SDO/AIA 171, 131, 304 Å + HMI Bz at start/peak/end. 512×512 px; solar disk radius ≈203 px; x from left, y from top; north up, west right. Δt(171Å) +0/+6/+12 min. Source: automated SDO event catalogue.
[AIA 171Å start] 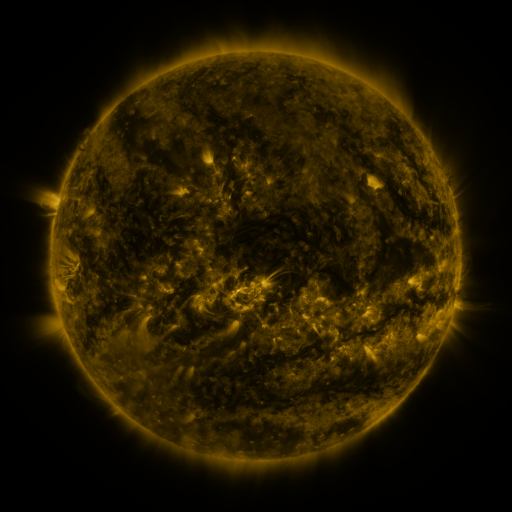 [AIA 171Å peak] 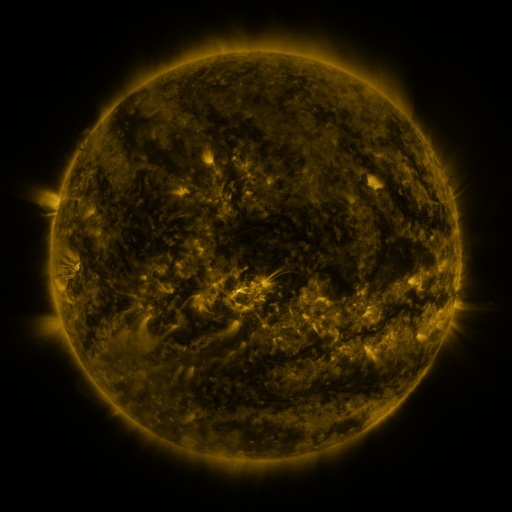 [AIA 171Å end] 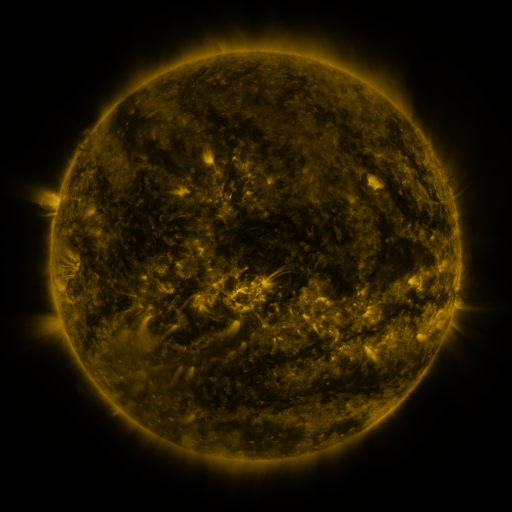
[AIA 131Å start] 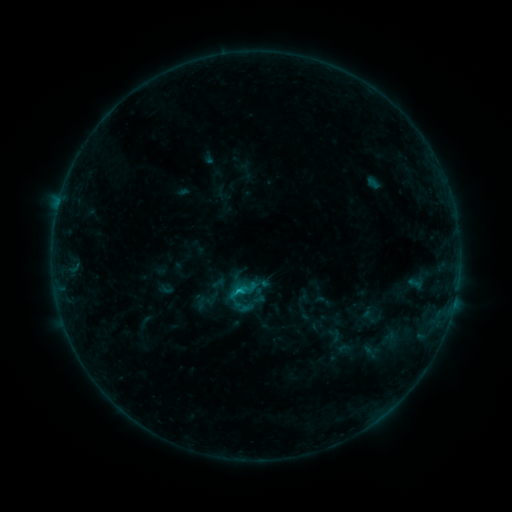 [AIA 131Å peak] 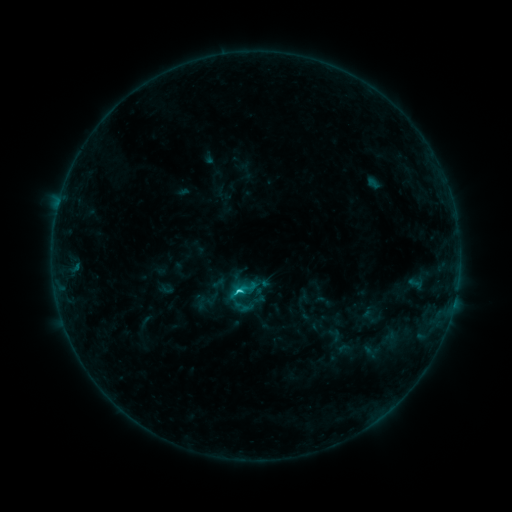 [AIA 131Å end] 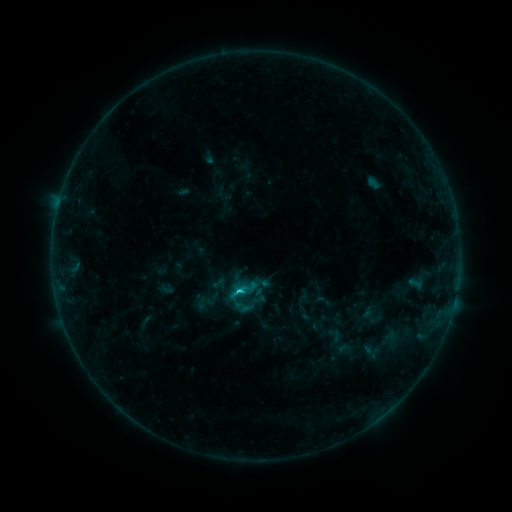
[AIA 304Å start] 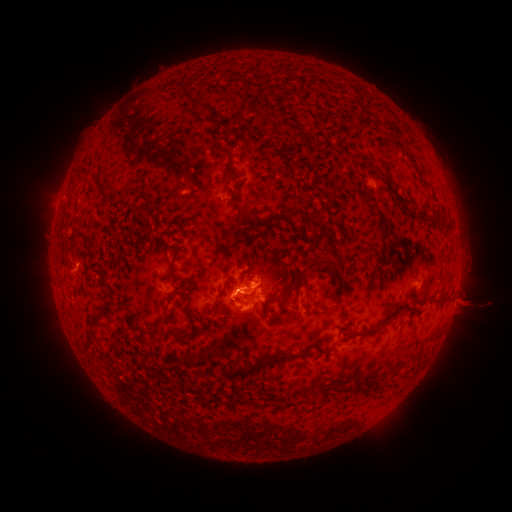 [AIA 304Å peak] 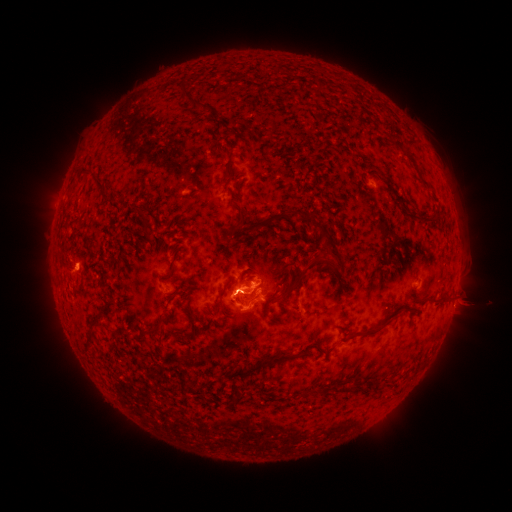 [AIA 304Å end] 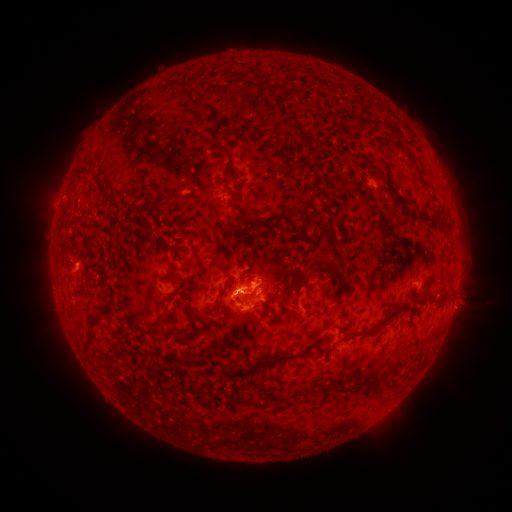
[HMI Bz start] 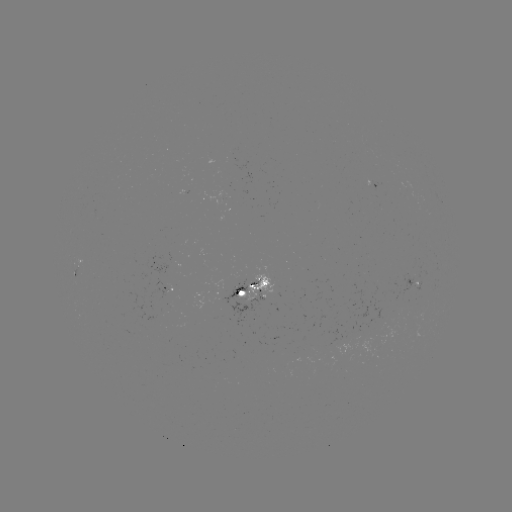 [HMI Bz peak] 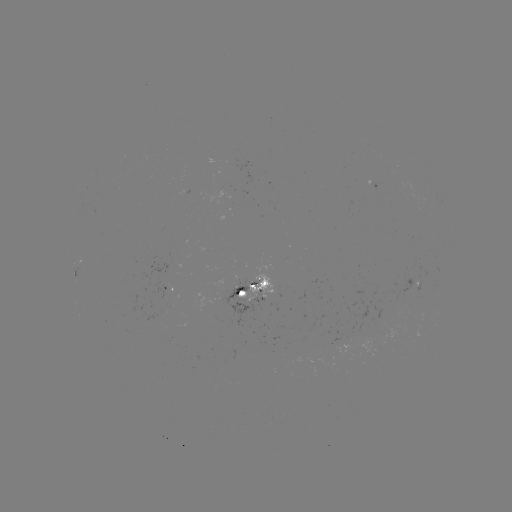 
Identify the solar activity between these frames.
C2.0 flare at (238, 290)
